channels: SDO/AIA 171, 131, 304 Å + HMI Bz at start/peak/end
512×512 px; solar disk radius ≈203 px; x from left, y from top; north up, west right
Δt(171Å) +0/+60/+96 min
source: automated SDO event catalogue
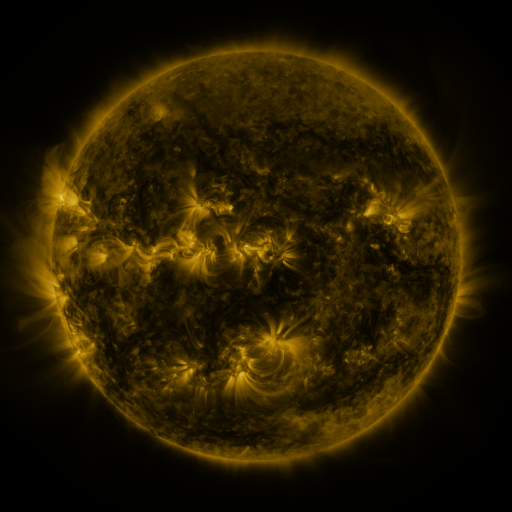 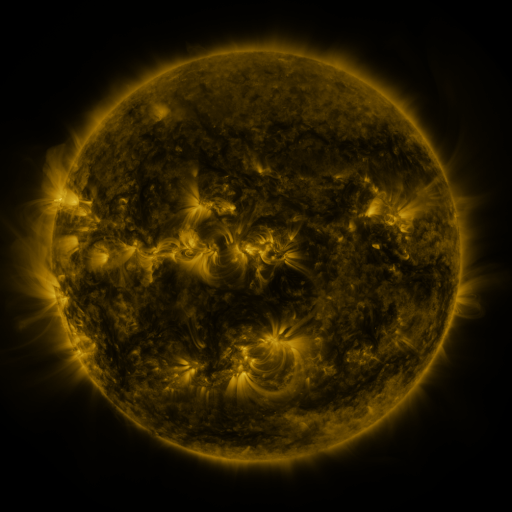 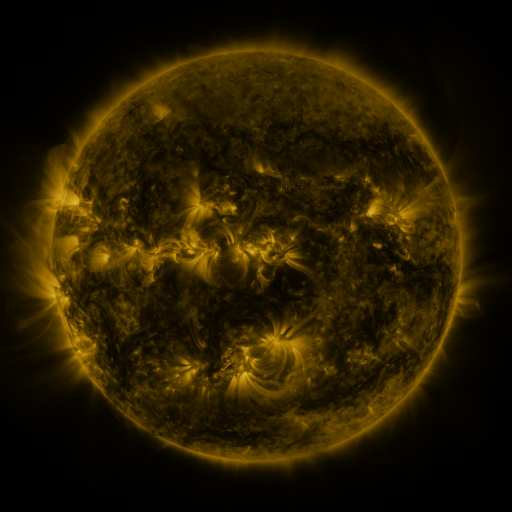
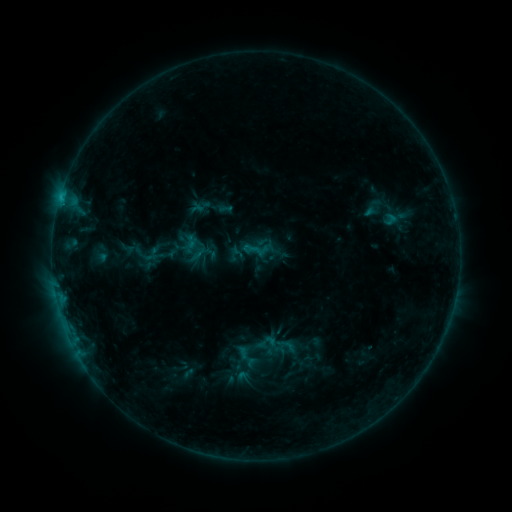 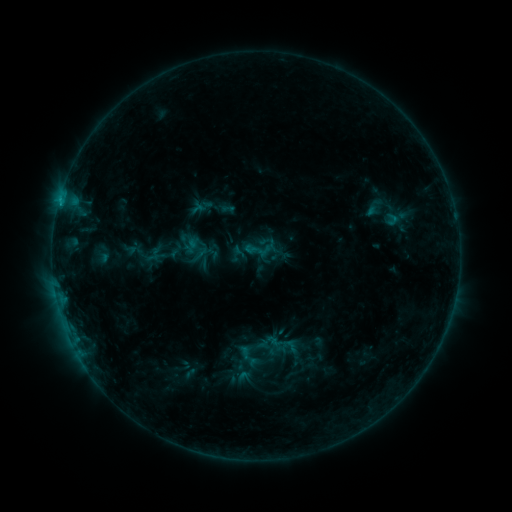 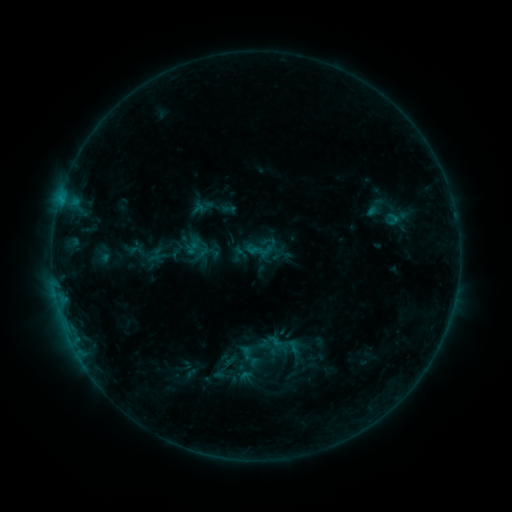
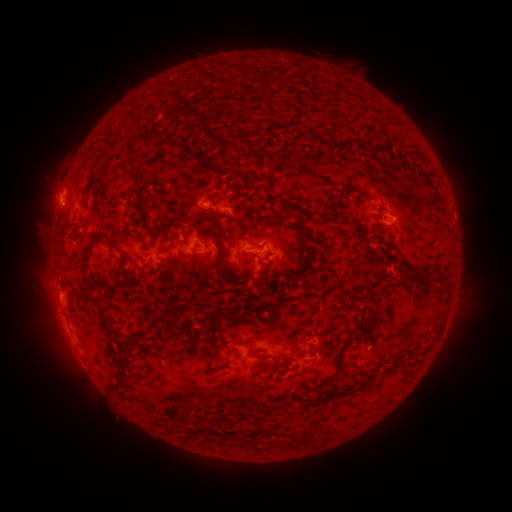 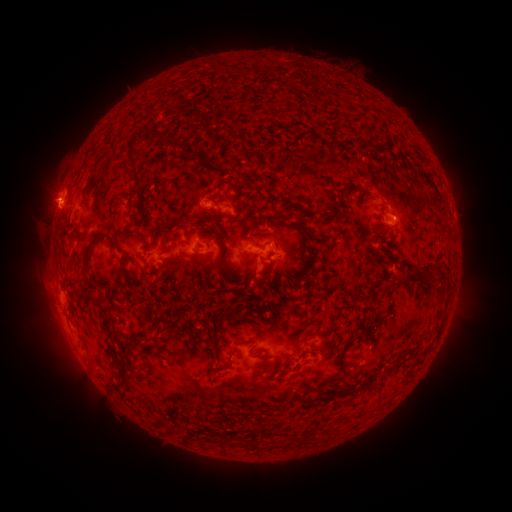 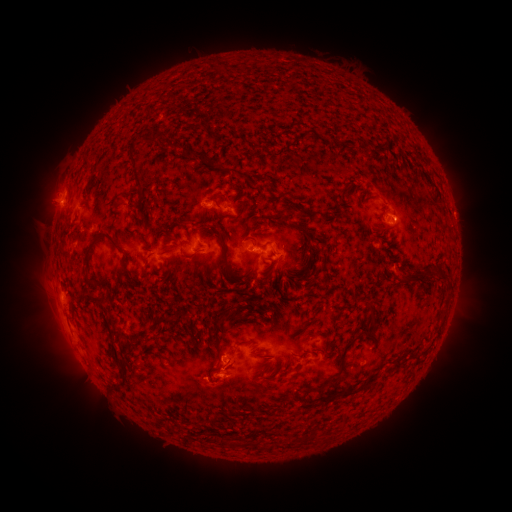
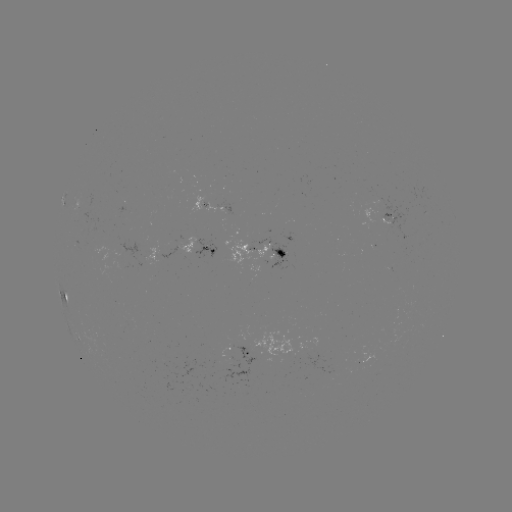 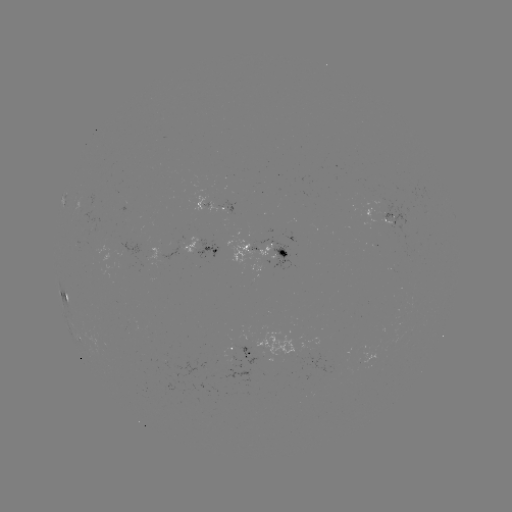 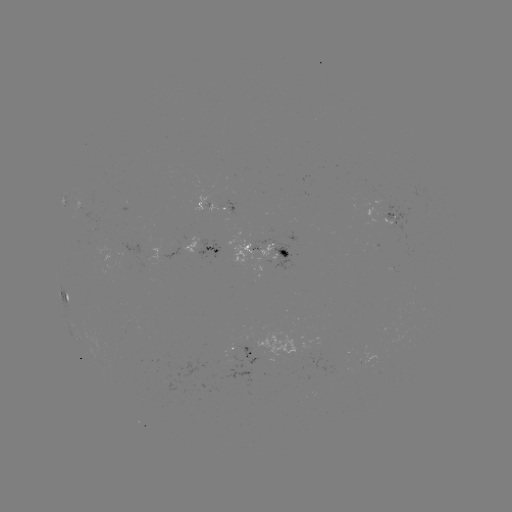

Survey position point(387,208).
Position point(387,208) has emerging-flux region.